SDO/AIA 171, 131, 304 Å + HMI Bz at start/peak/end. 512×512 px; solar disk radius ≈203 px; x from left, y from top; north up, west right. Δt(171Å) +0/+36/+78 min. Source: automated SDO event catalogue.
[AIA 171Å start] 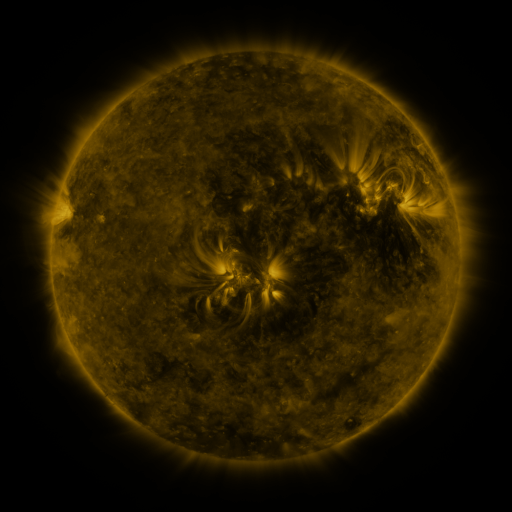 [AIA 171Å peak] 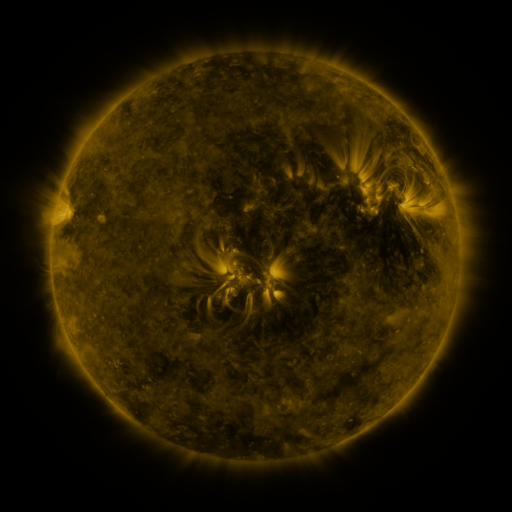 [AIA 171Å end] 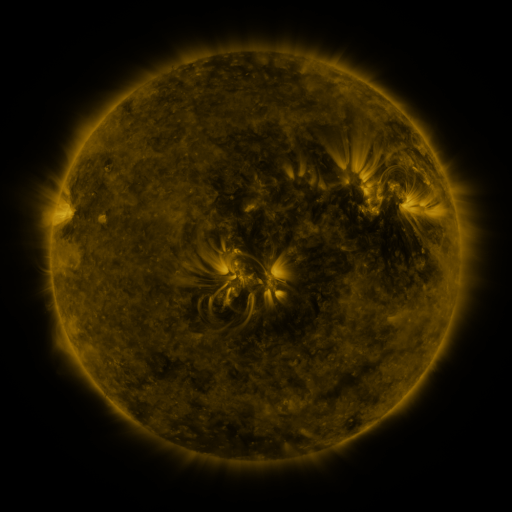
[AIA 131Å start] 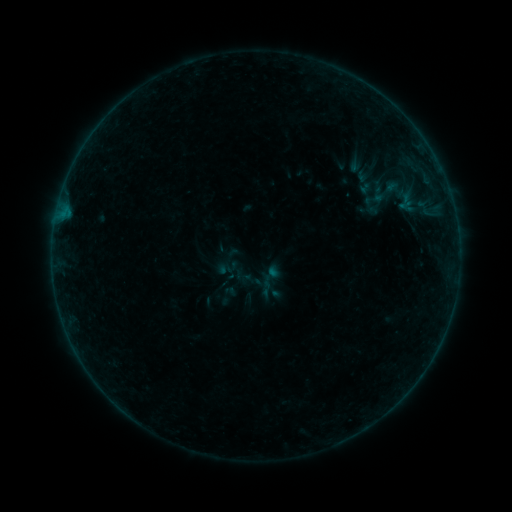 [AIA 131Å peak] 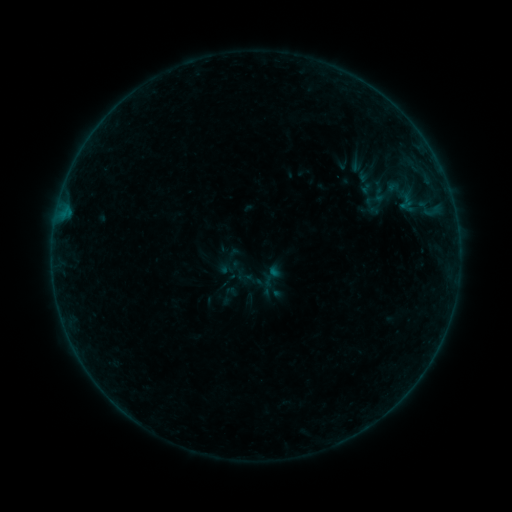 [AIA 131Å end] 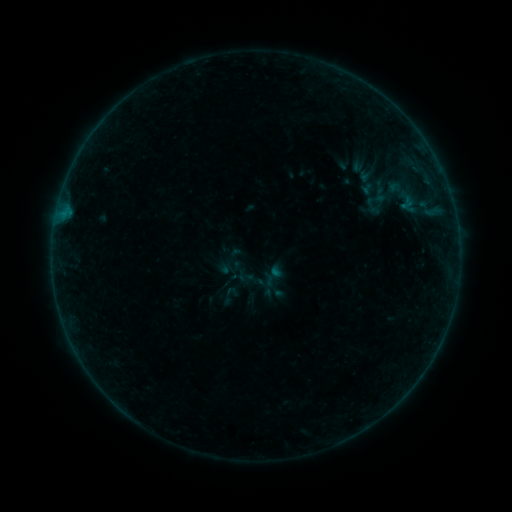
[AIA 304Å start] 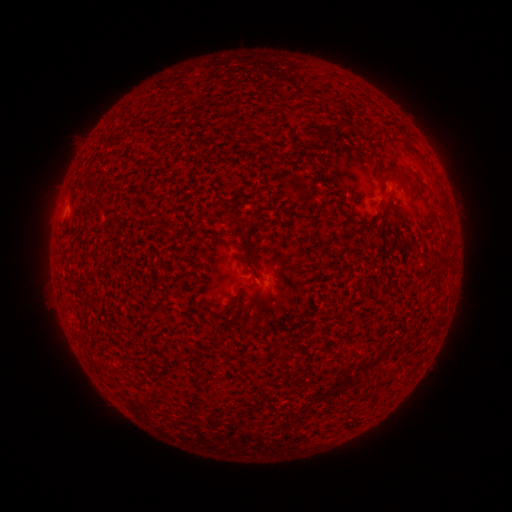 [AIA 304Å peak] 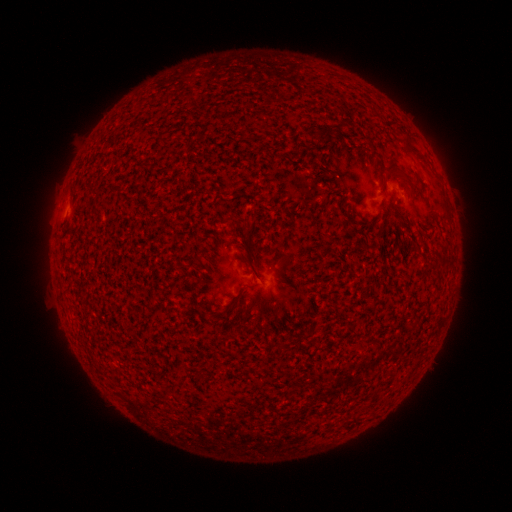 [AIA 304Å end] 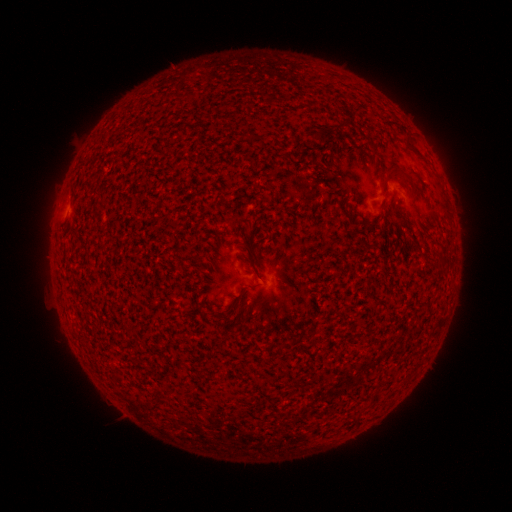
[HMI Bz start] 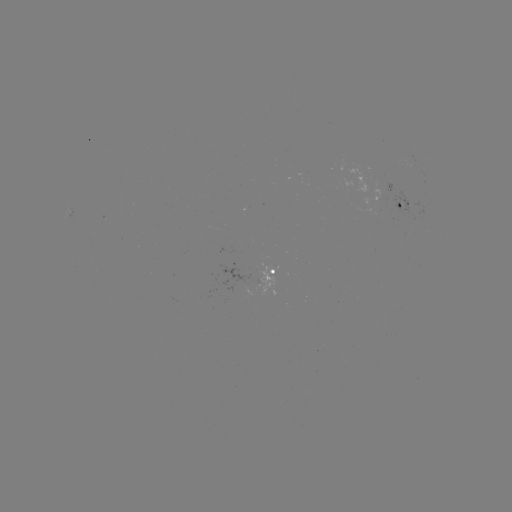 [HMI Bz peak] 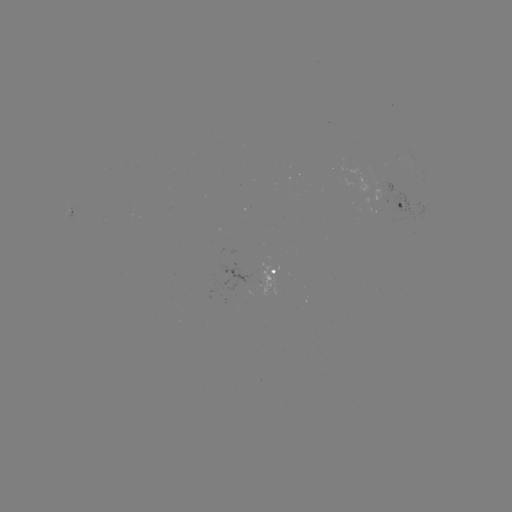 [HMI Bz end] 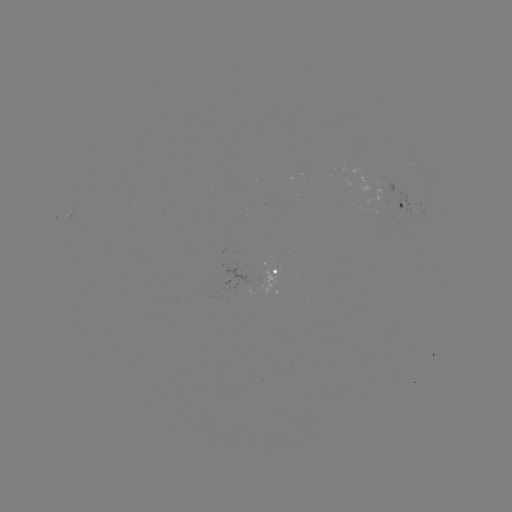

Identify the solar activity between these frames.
B1.5 flare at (400, 176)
